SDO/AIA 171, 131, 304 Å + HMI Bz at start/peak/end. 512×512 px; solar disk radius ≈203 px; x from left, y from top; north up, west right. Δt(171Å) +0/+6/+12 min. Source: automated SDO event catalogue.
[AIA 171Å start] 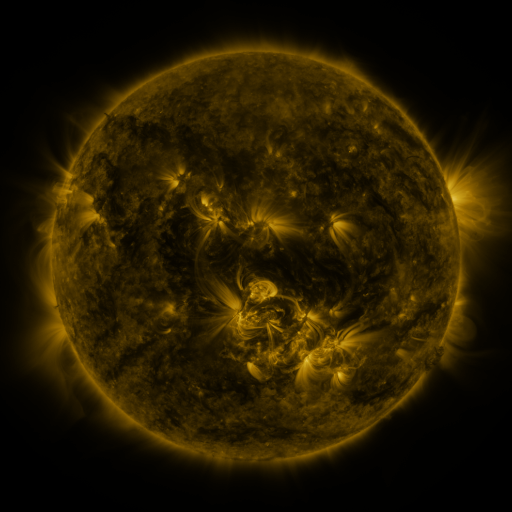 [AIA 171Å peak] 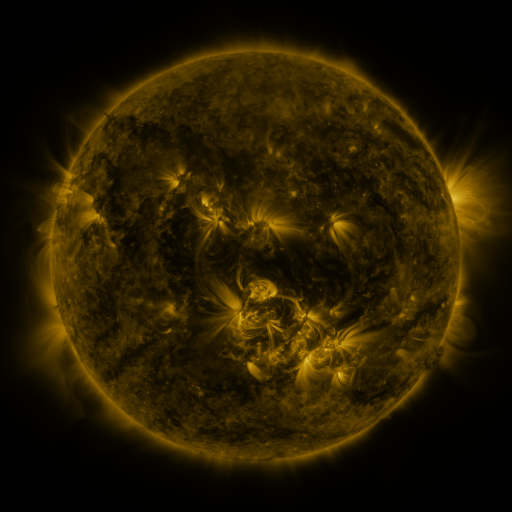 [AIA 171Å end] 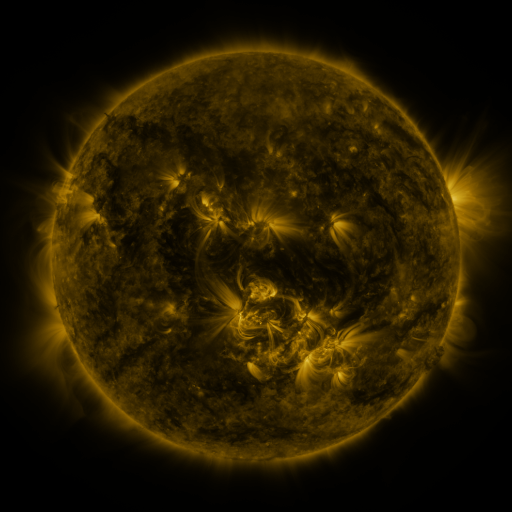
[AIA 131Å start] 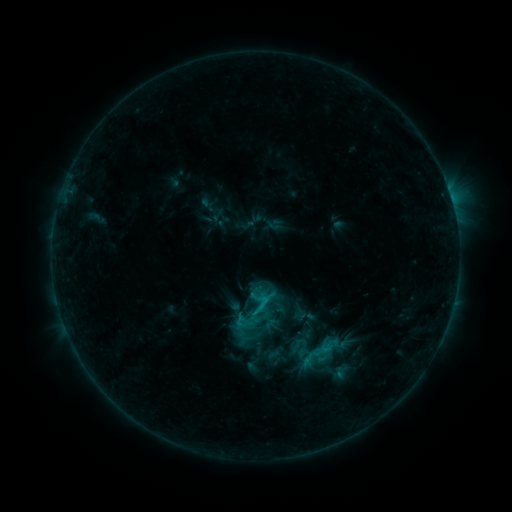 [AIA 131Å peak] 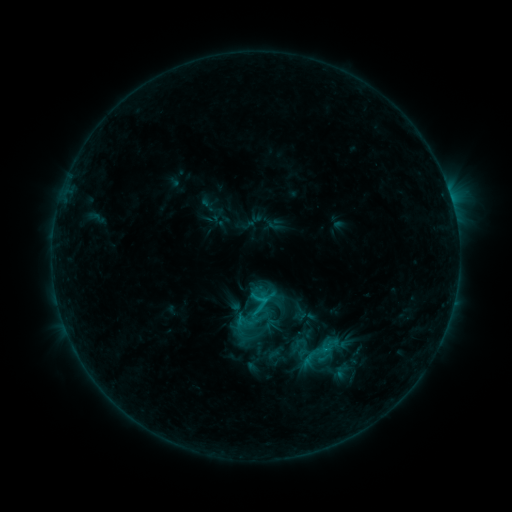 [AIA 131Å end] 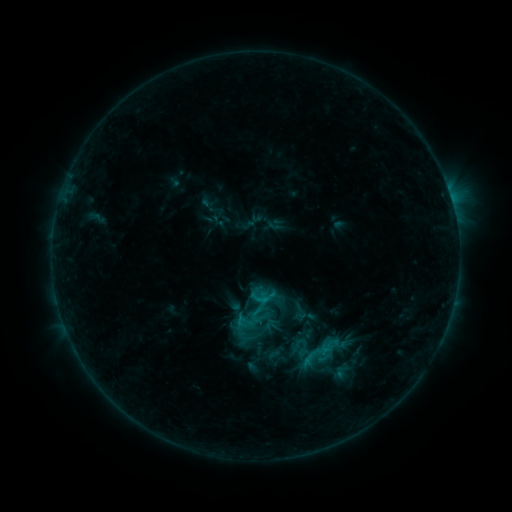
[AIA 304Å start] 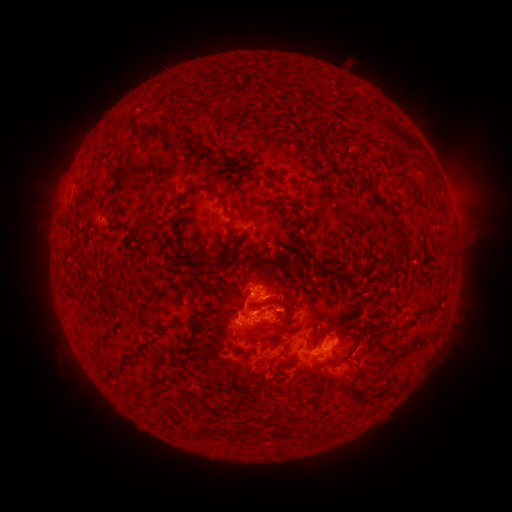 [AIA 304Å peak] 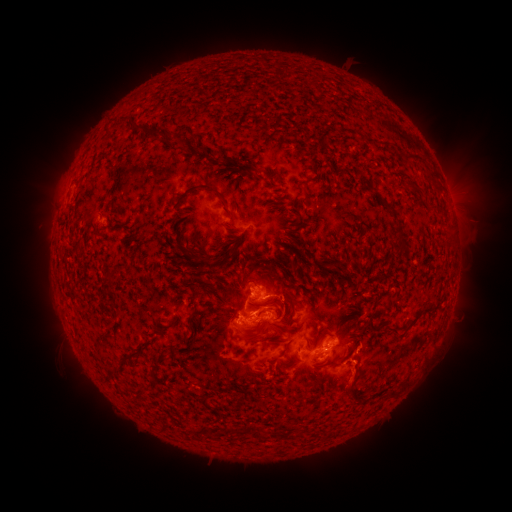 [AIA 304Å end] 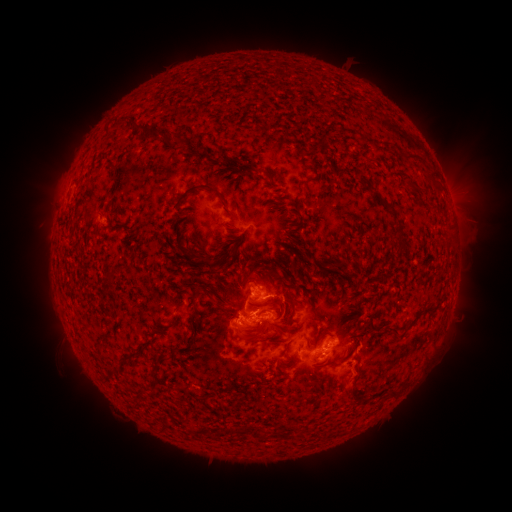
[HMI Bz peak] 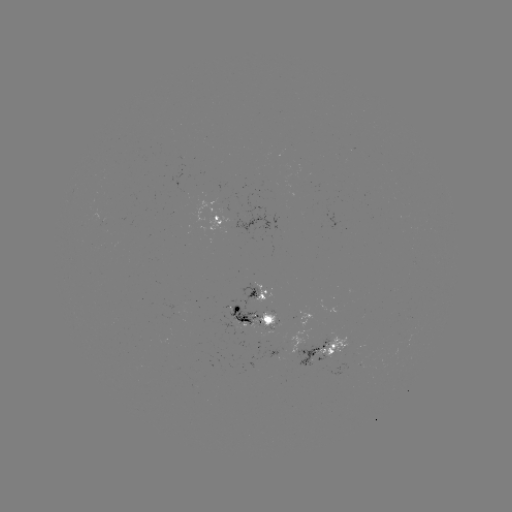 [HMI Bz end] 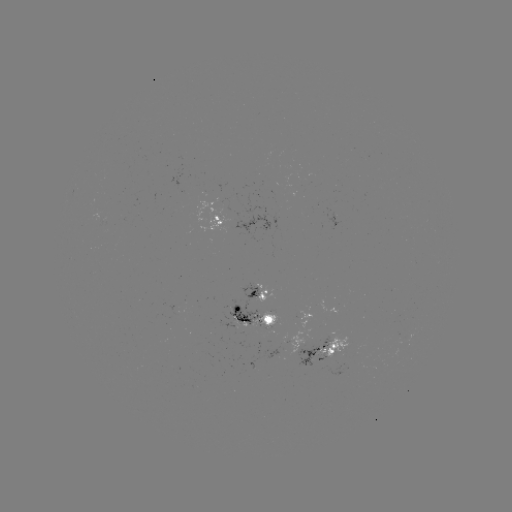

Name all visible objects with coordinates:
eruption: (357, 378)
